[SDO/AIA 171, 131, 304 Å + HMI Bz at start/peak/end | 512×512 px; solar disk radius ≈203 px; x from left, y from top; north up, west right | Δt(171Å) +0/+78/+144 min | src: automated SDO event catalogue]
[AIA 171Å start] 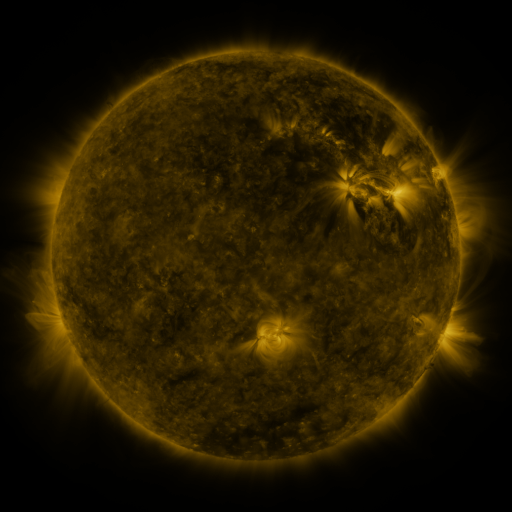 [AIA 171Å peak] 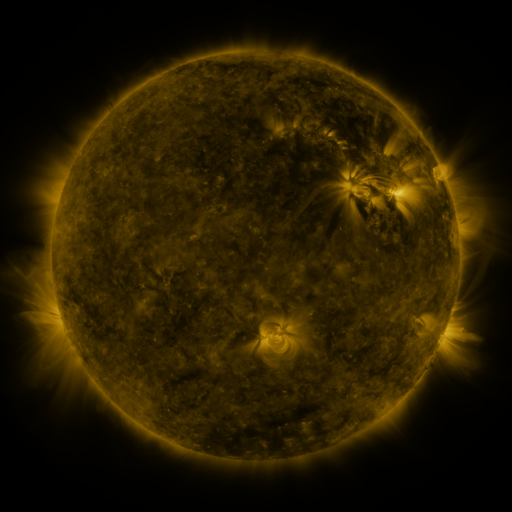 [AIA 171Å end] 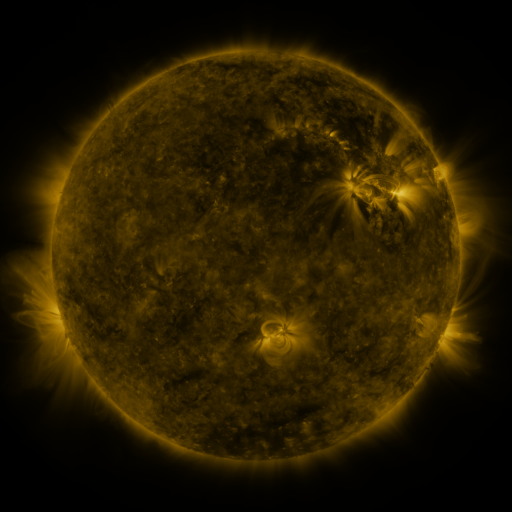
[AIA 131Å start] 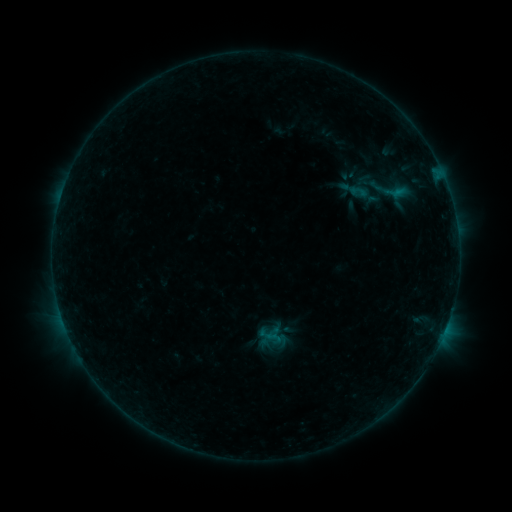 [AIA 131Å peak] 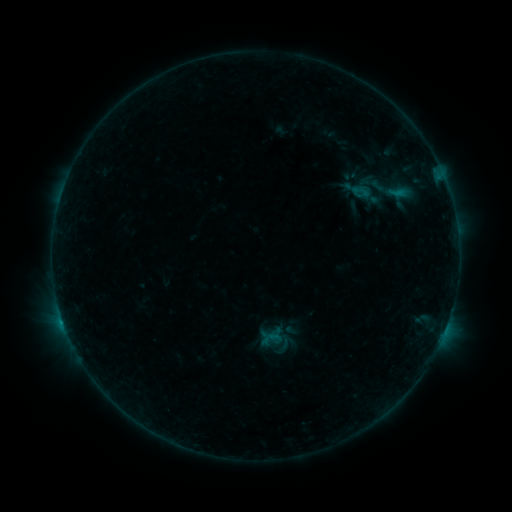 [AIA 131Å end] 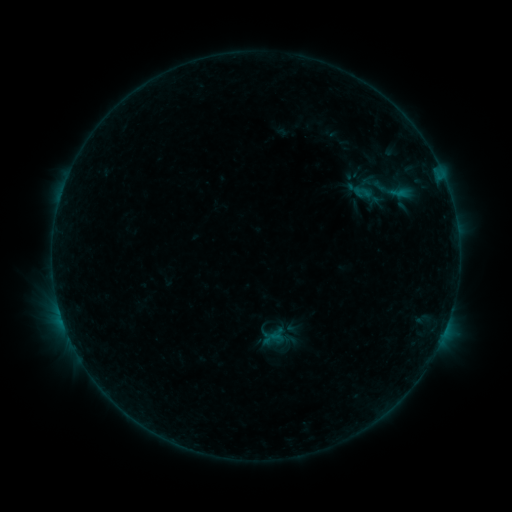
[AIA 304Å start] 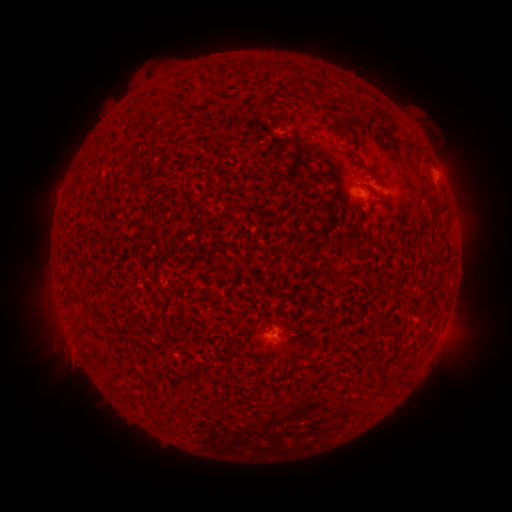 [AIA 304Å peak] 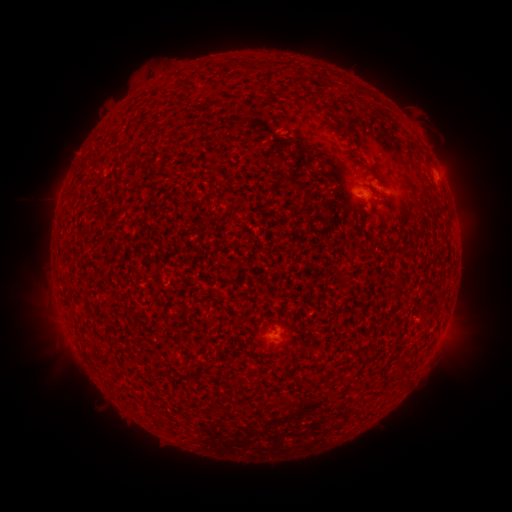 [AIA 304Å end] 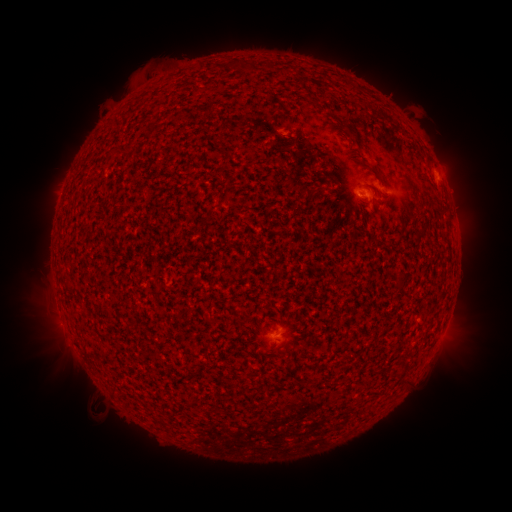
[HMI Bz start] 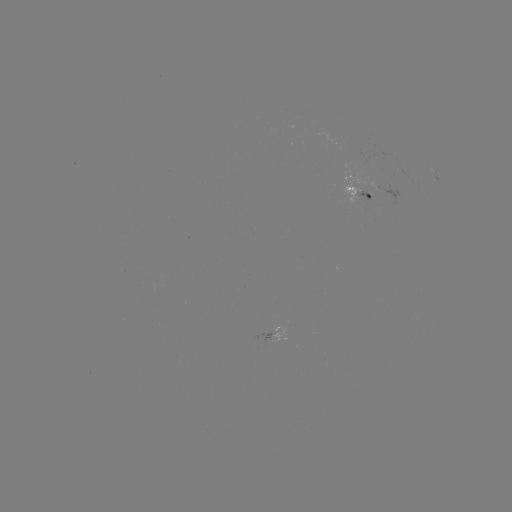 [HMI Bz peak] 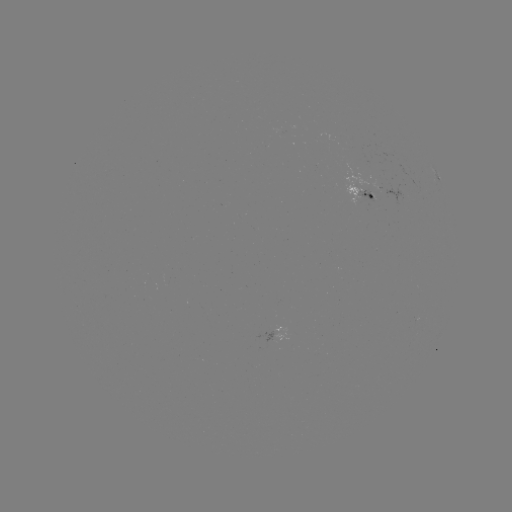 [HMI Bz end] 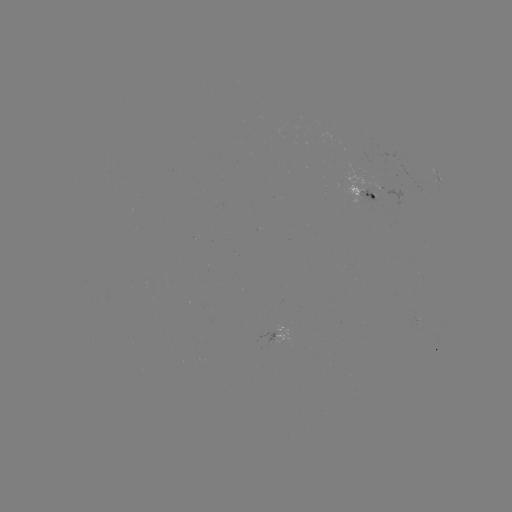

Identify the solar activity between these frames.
B6.6 flare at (64, 320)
